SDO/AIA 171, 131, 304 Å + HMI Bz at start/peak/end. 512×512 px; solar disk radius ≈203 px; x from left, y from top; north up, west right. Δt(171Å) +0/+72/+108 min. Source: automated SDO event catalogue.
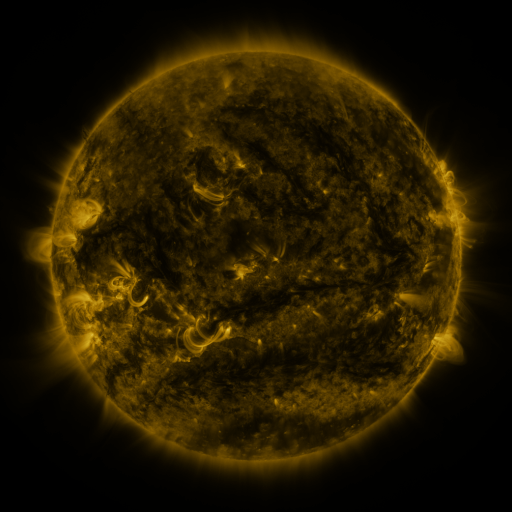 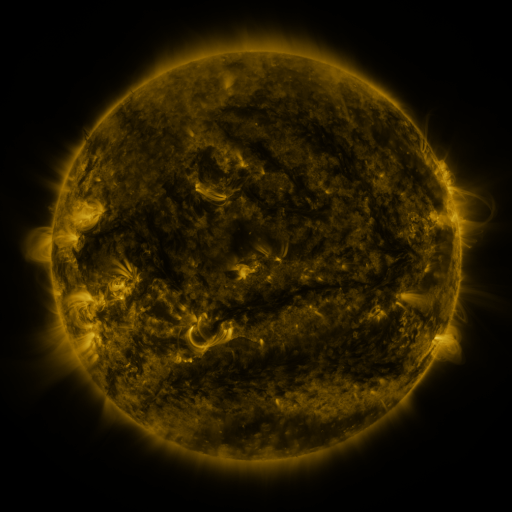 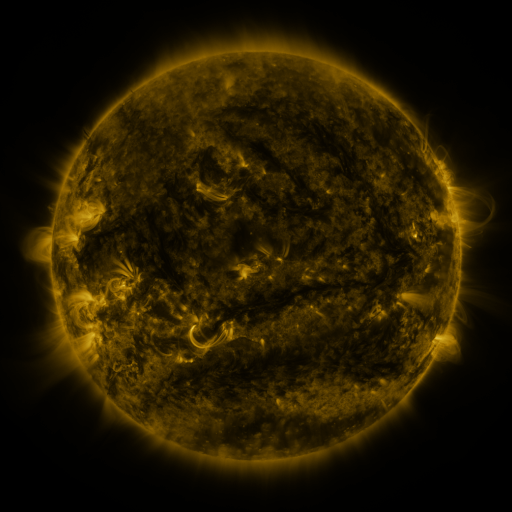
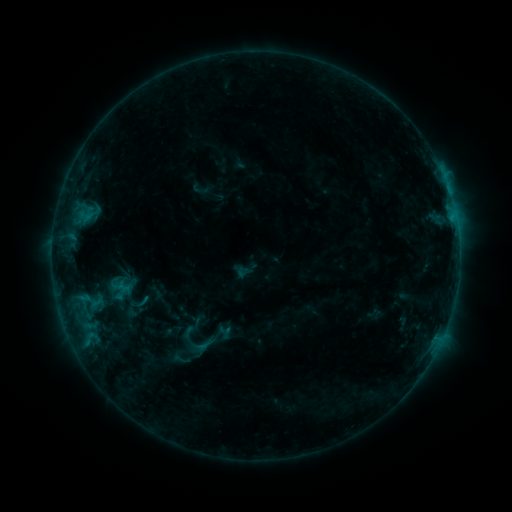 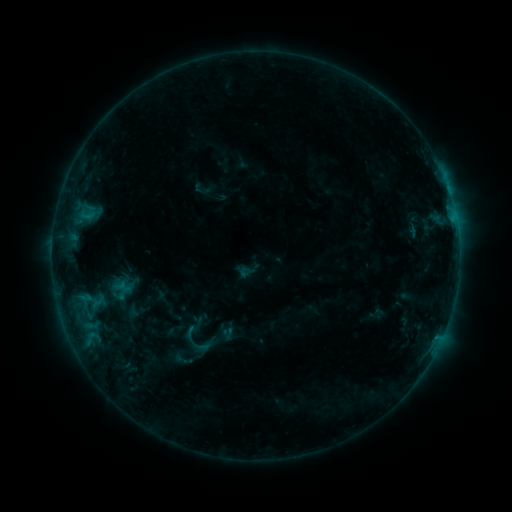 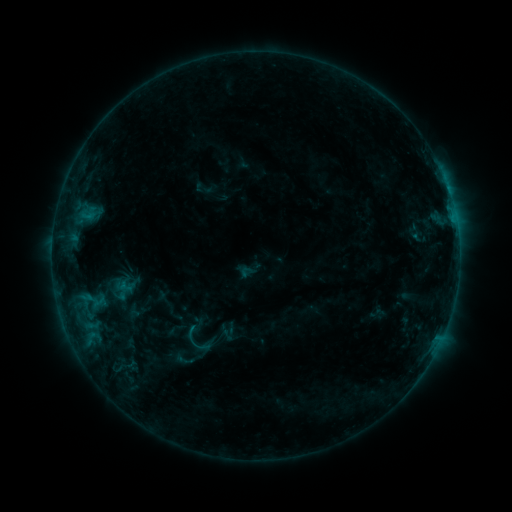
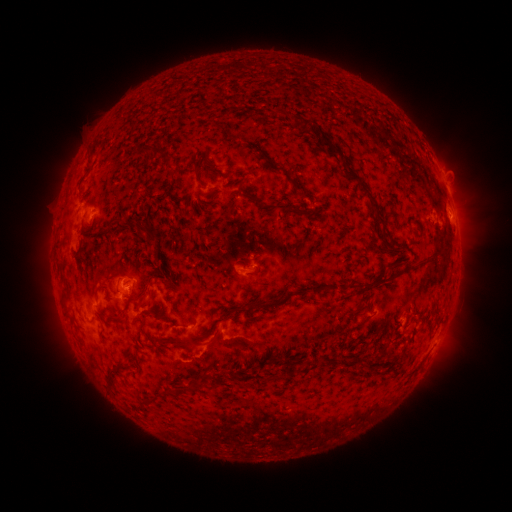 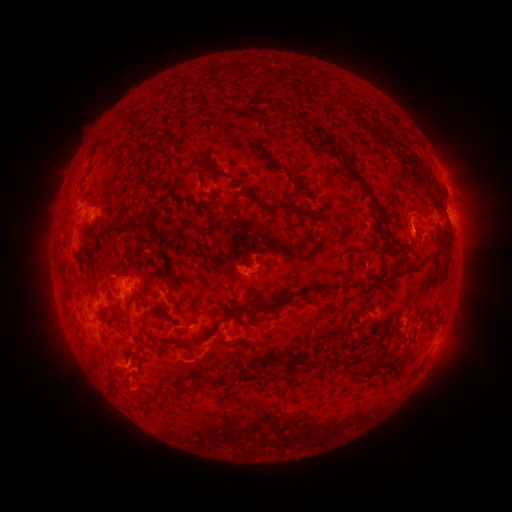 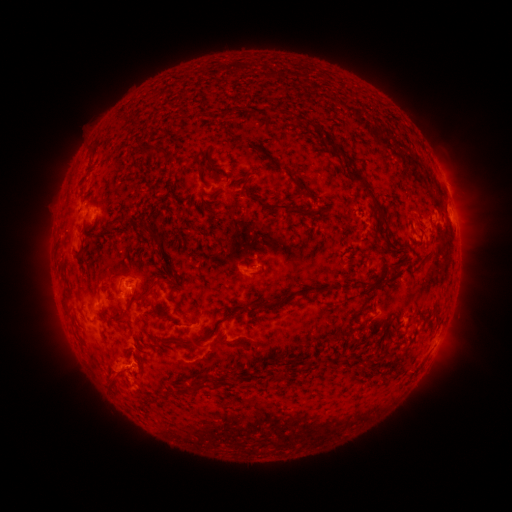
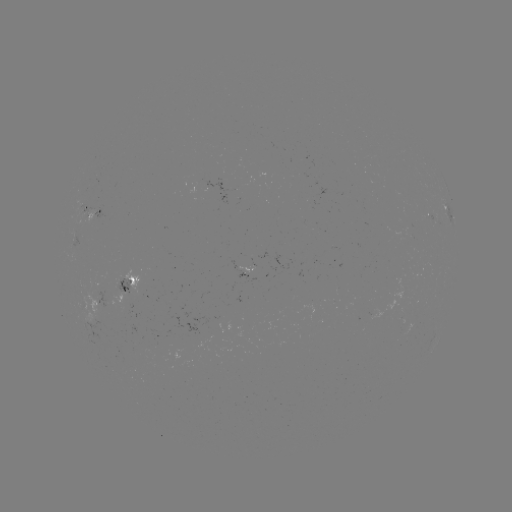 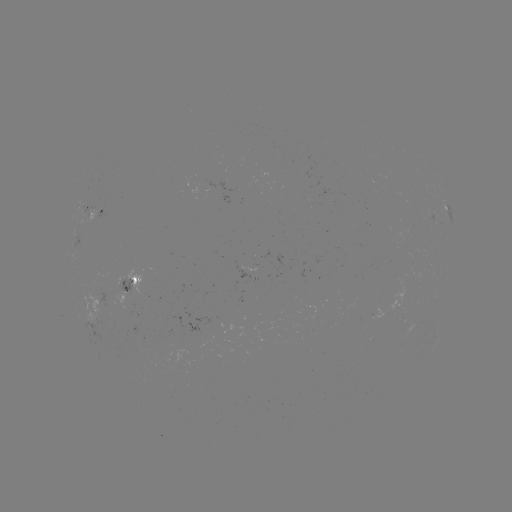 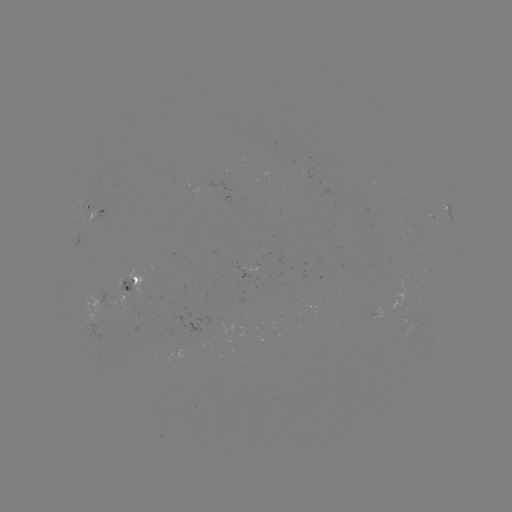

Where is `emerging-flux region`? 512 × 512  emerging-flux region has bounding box [400, 317, 413, 336].